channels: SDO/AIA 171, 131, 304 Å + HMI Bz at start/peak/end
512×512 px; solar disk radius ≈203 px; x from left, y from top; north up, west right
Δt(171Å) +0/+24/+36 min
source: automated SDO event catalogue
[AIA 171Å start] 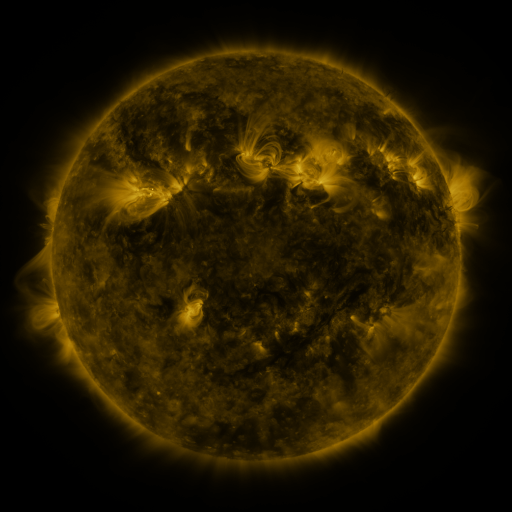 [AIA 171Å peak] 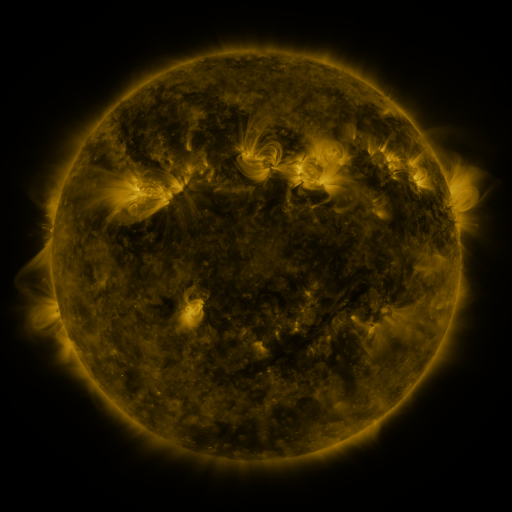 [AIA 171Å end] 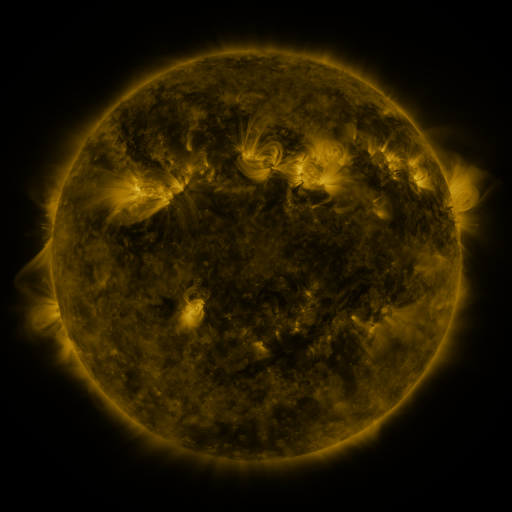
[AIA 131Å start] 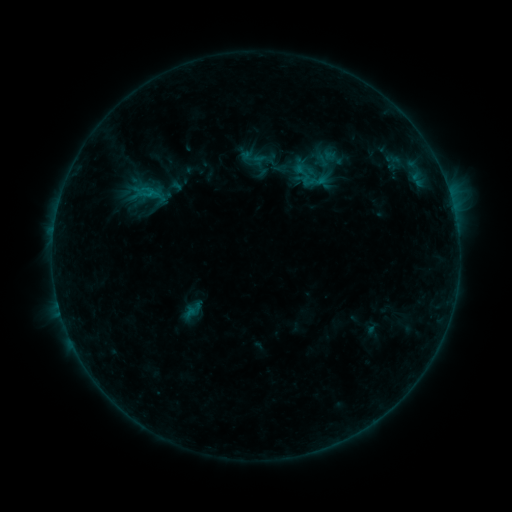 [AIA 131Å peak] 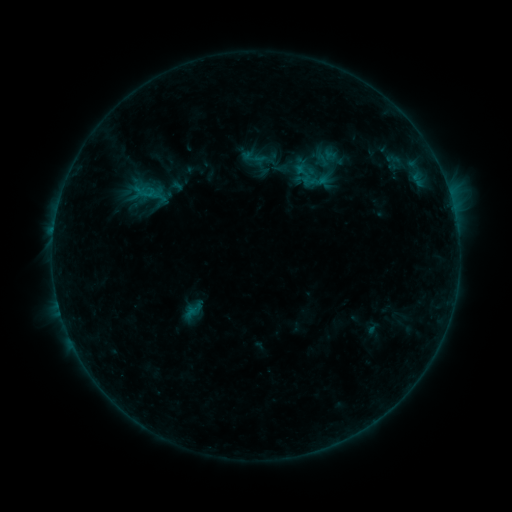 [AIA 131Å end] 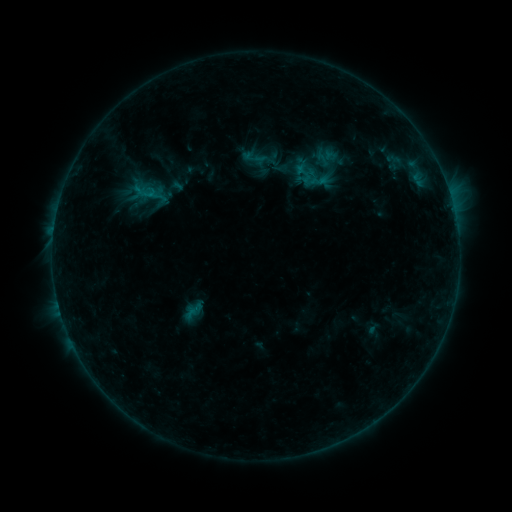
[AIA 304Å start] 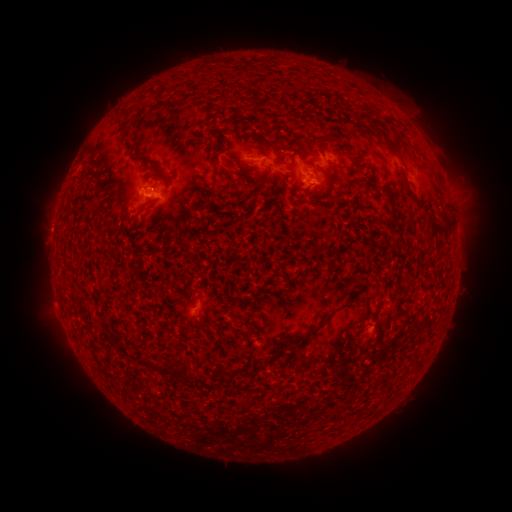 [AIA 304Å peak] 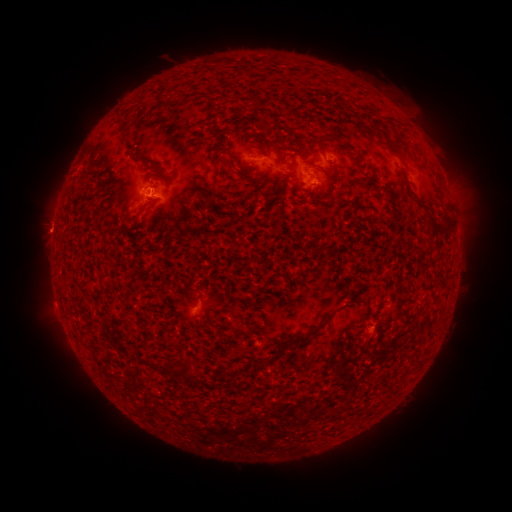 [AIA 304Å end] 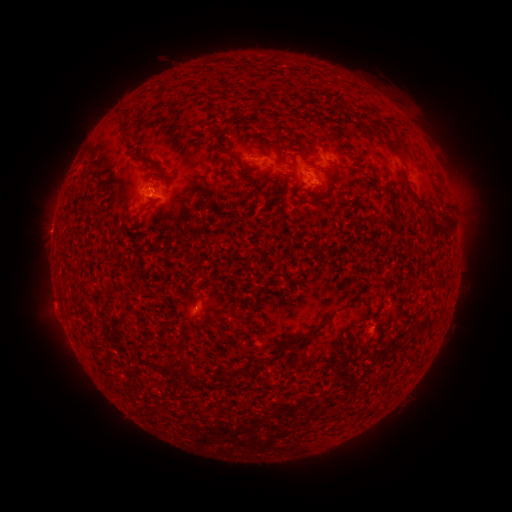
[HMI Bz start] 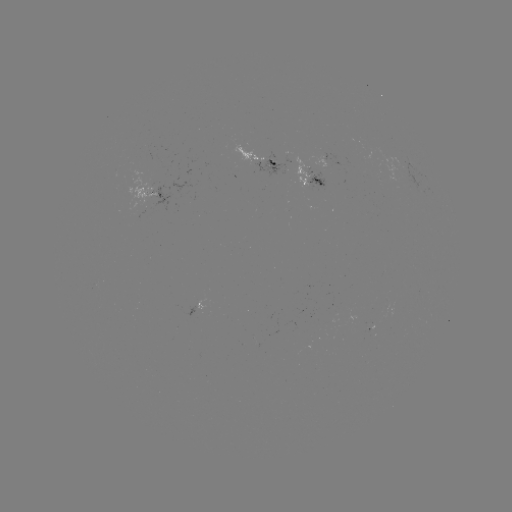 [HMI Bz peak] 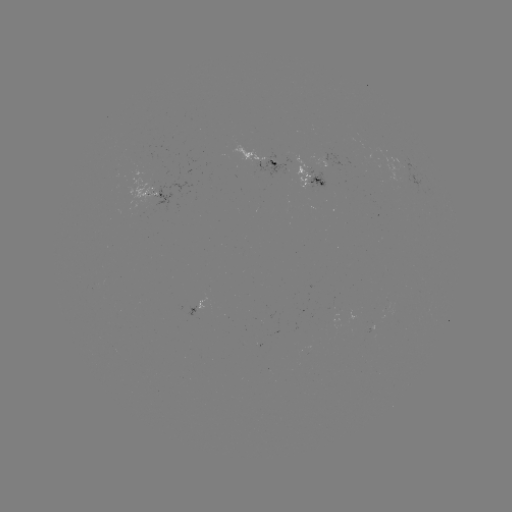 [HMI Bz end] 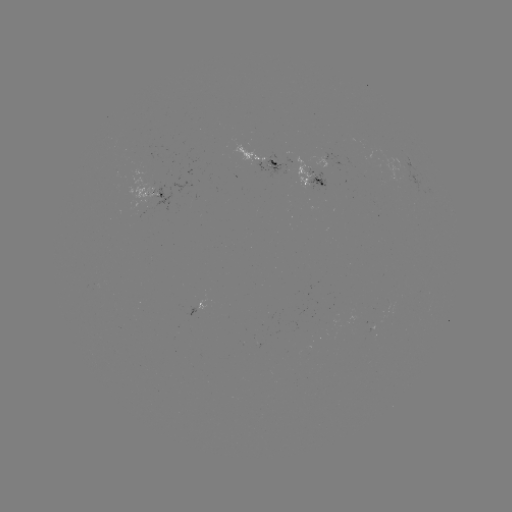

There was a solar emerging-flux region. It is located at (258, 155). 